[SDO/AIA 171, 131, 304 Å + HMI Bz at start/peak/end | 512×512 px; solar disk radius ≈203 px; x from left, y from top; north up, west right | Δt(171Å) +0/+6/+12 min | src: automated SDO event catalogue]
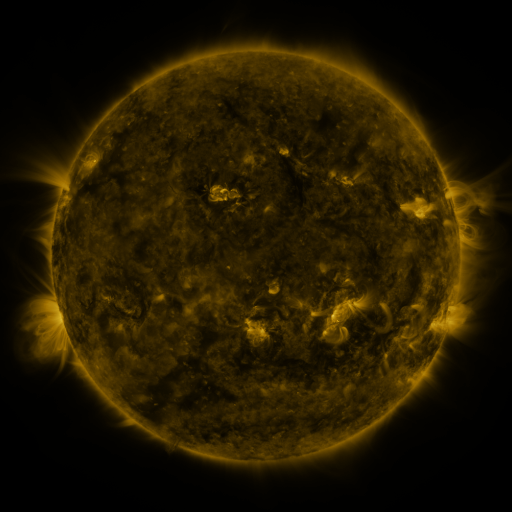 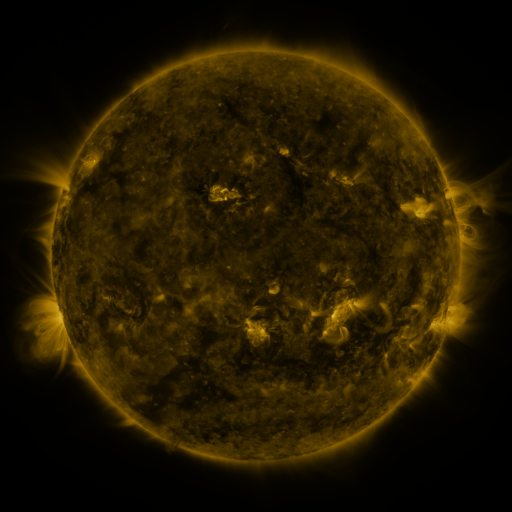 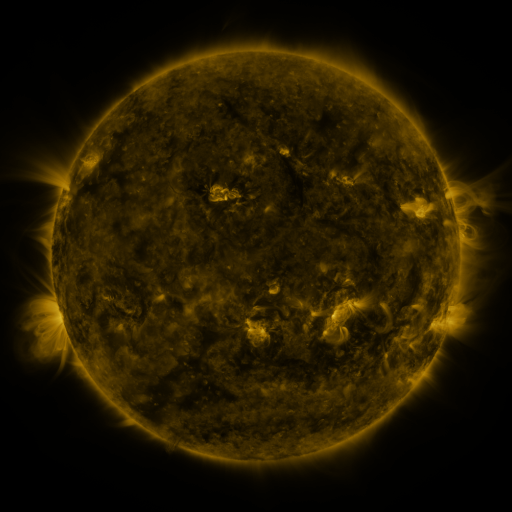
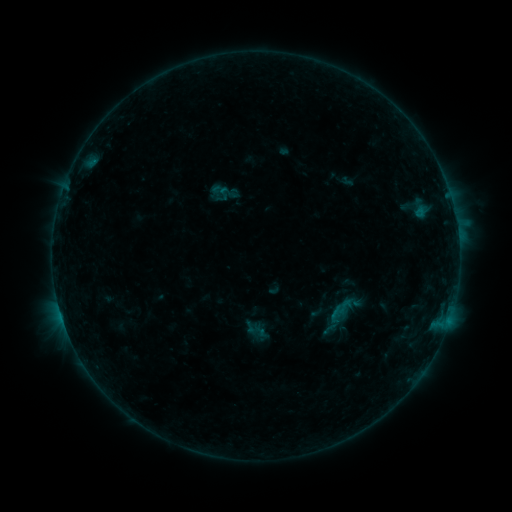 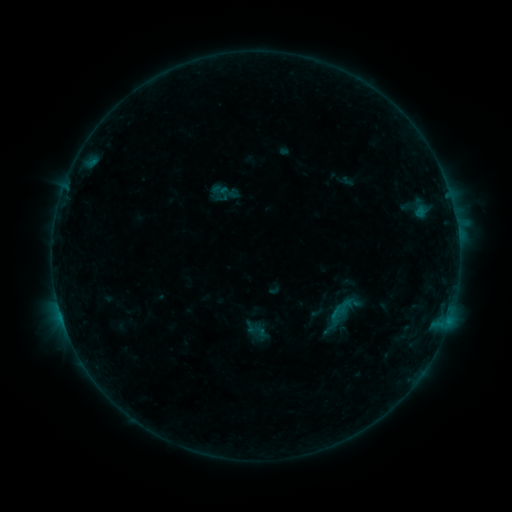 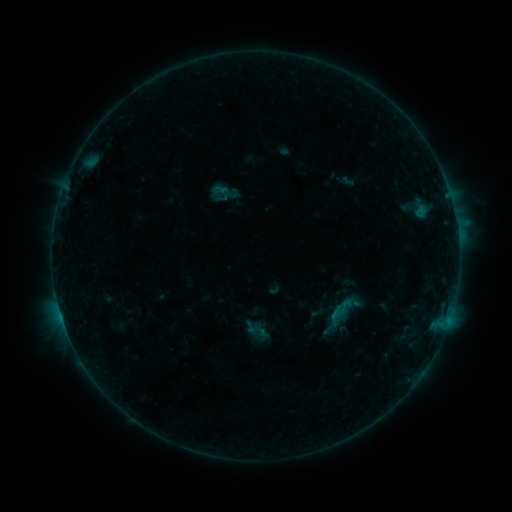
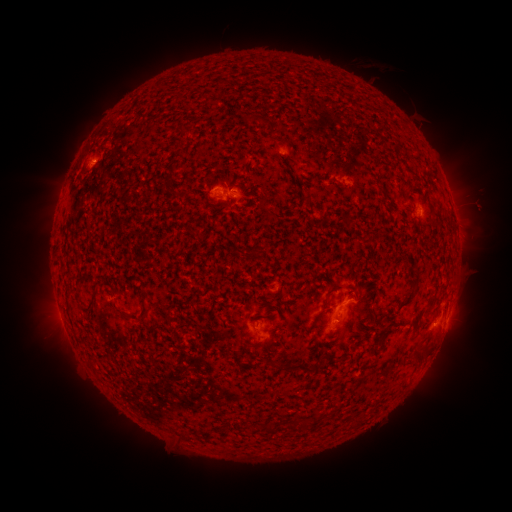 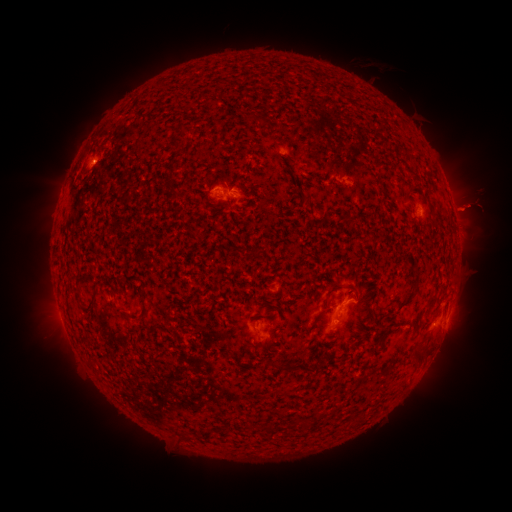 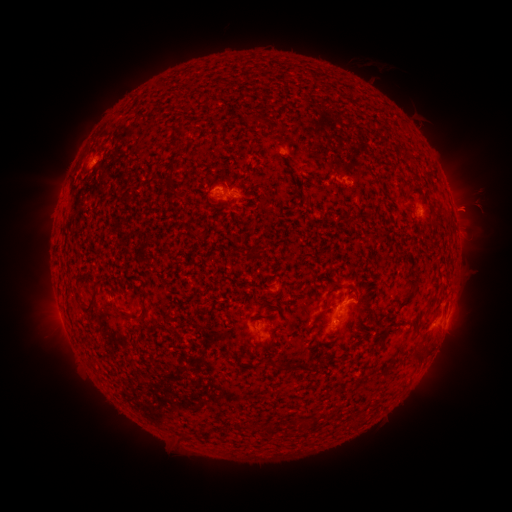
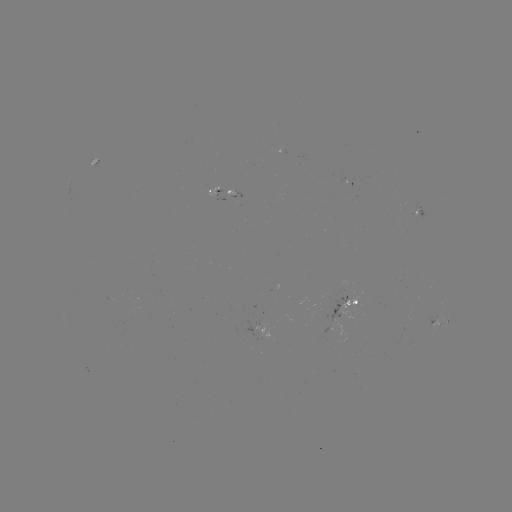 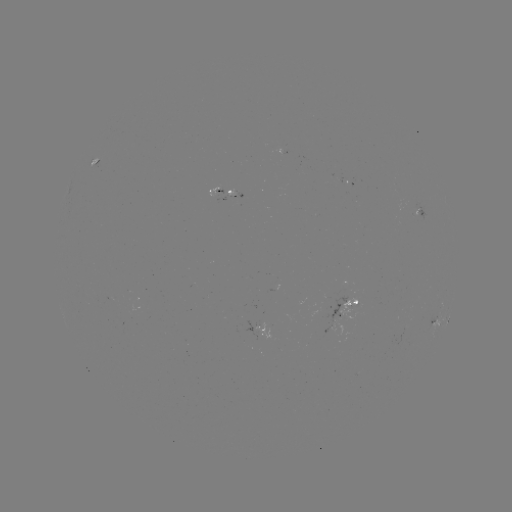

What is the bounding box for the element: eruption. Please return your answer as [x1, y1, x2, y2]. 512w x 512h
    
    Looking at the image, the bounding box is [442, 181, 501, 235].